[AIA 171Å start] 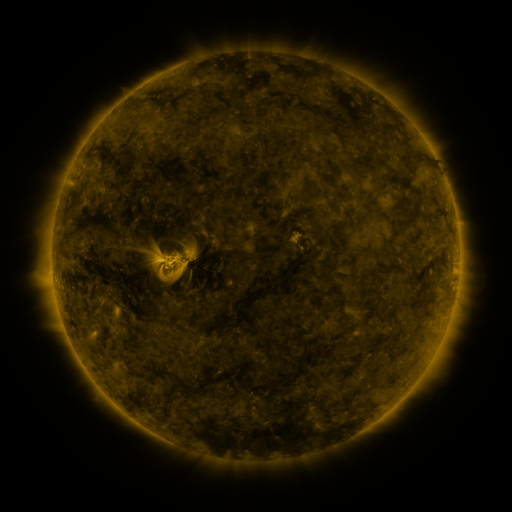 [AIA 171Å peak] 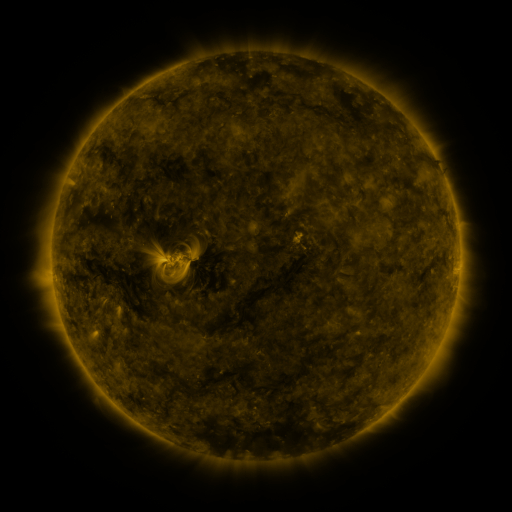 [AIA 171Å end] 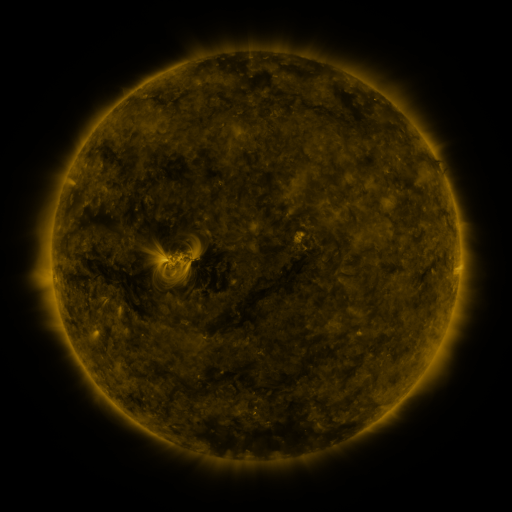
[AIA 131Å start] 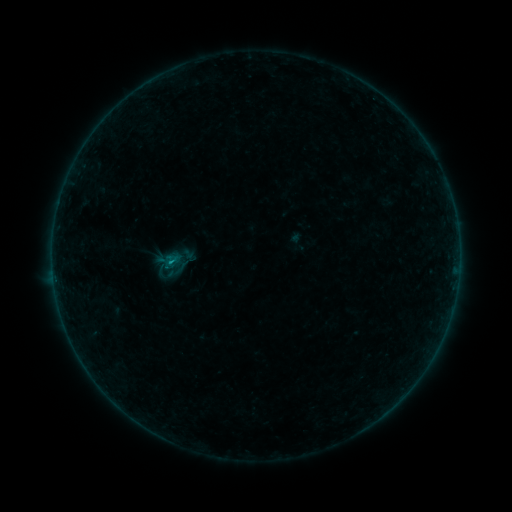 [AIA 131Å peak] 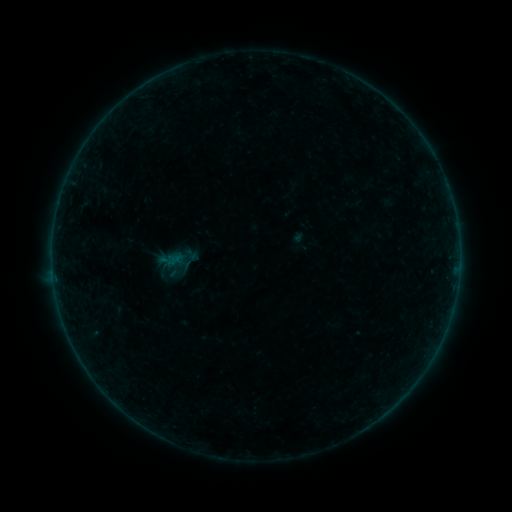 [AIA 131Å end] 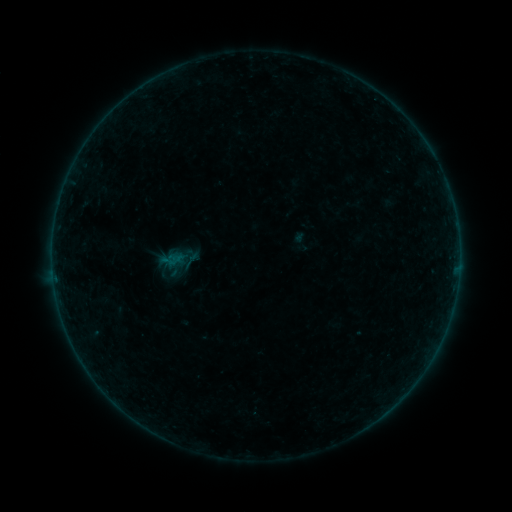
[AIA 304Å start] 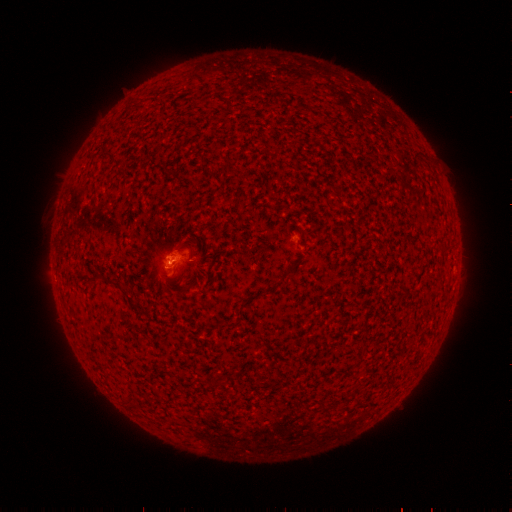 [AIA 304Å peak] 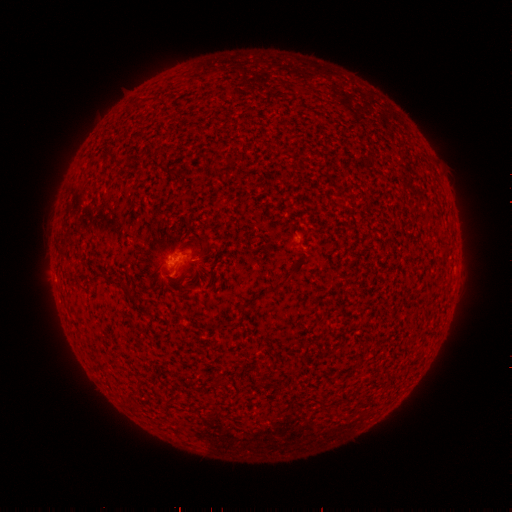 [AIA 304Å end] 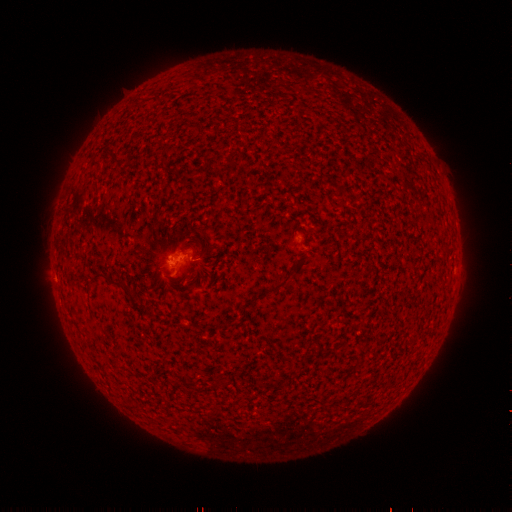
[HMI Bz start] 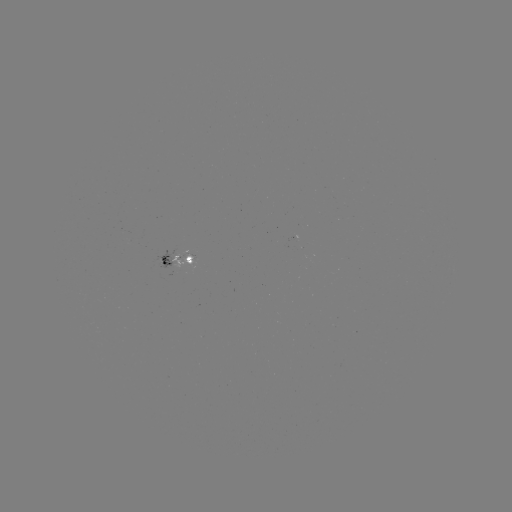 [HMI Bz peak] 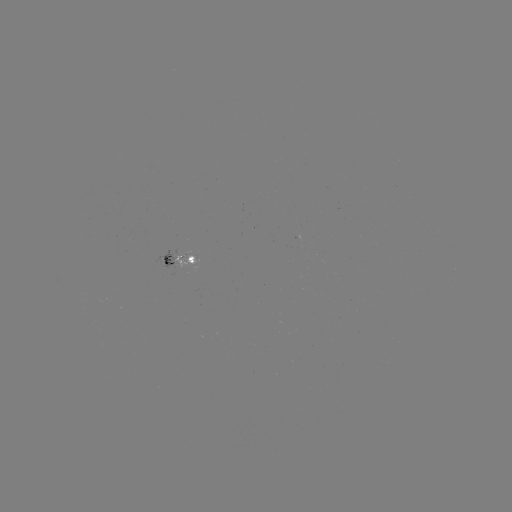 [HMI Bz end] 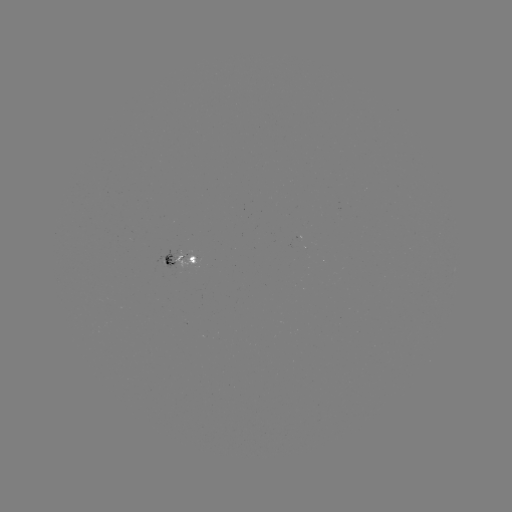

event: emerging-flux region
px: (196, 261)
